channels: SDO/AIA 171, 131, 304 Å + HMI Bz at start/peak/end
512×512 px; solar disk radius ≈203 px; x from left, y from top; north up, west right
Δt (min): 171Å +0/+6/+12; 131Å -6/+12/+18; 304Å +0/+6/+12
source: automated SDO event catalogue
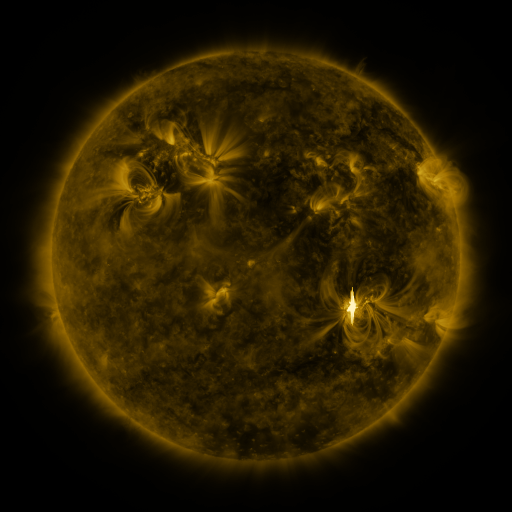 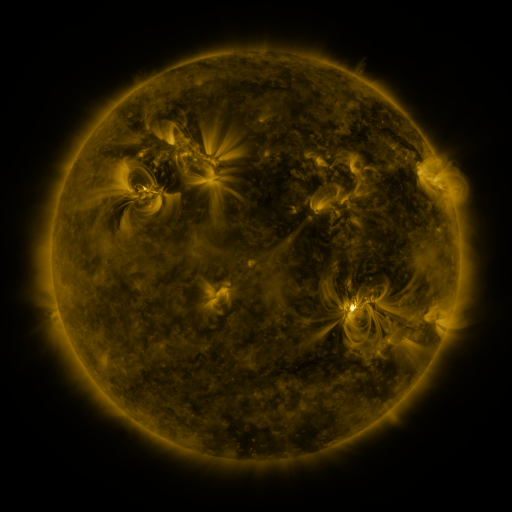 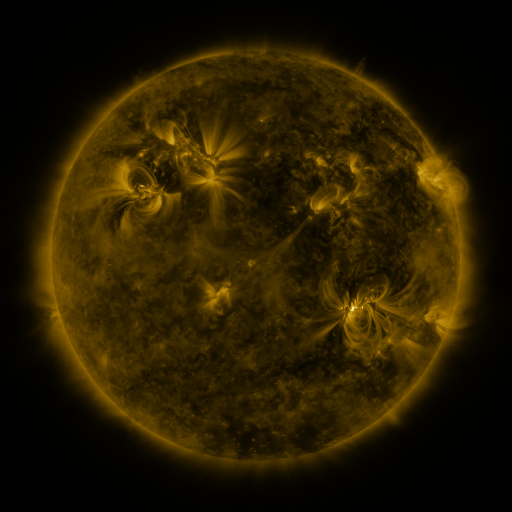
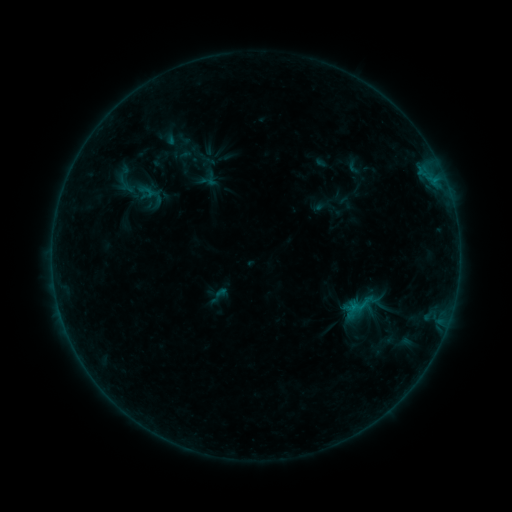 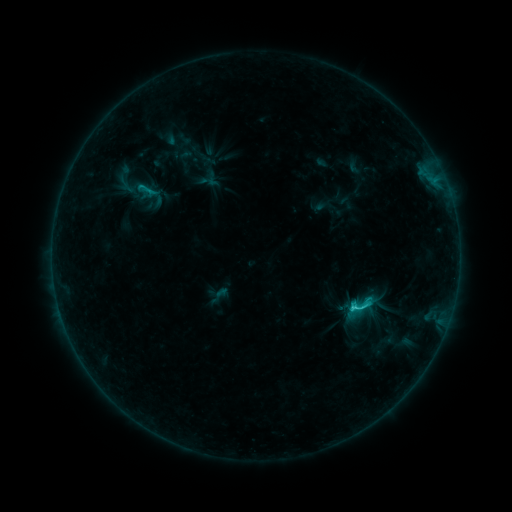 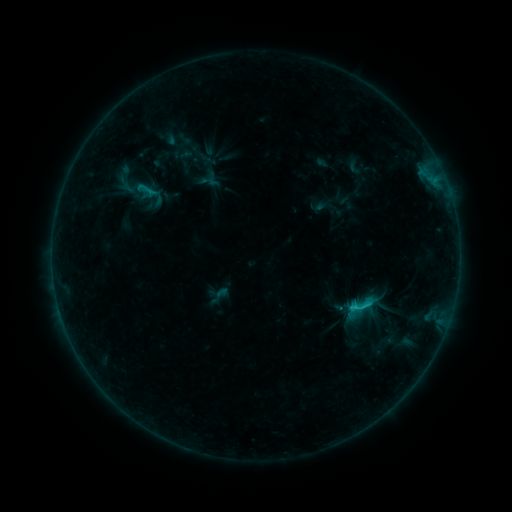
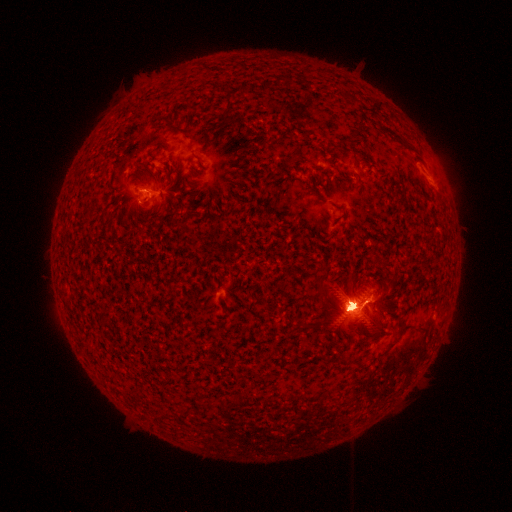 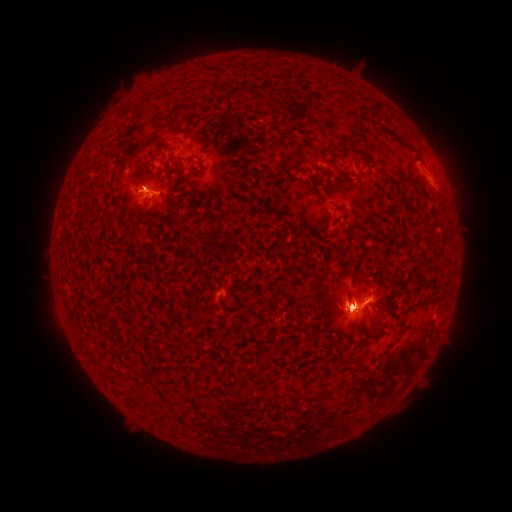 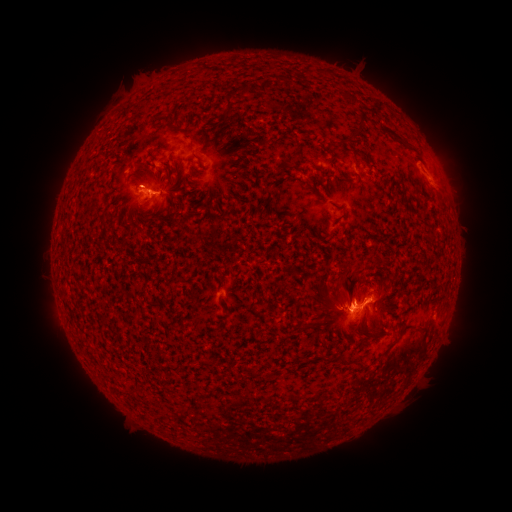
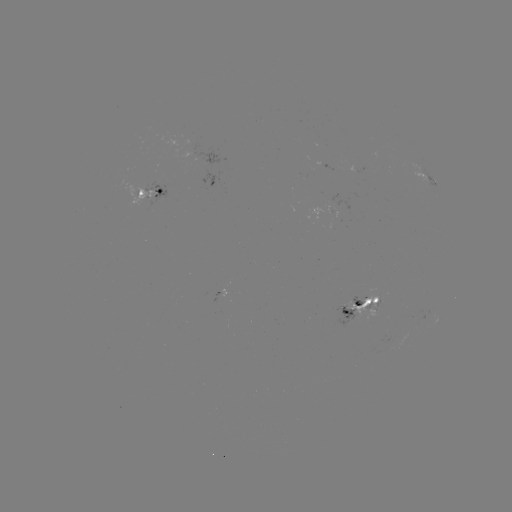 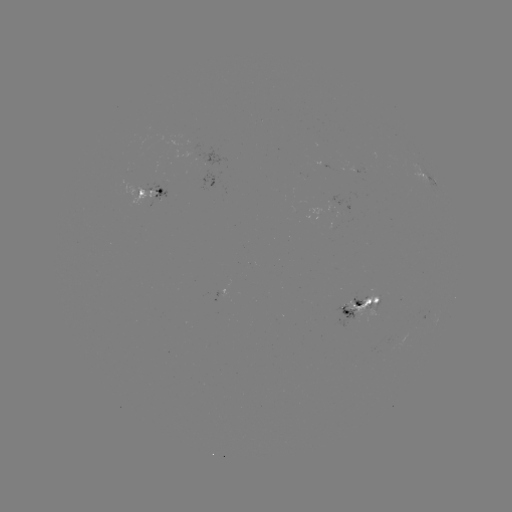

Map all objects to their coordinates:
eruption: (115, 120)
